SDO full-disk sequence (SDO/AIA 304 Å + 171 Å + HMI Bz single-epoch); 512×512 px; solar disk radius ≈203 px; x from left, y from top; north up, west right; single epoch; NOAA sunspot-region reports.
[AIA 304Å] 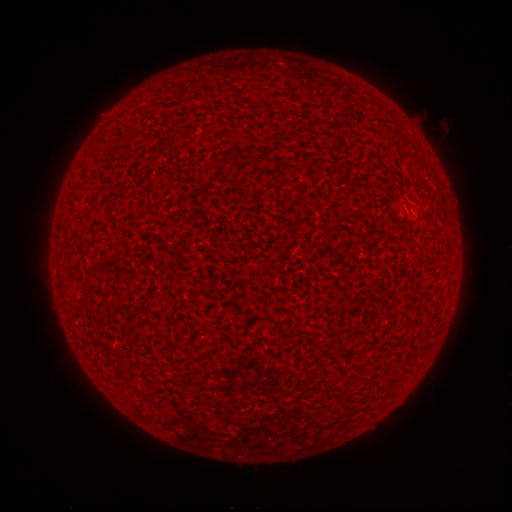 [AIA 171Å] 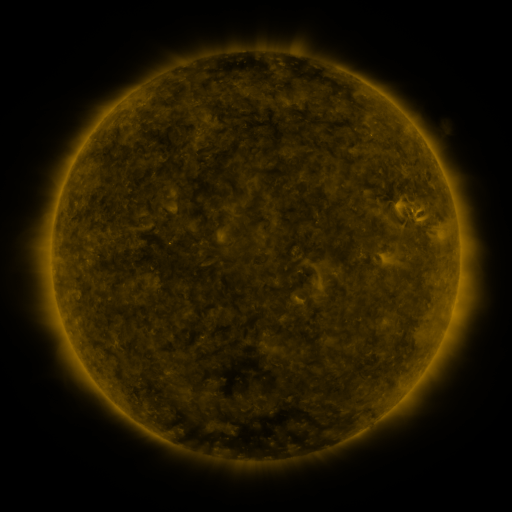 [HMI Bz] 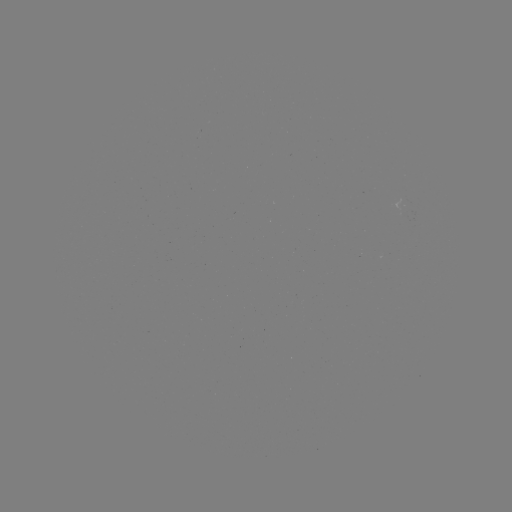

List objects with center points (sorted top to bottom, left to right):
(none)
